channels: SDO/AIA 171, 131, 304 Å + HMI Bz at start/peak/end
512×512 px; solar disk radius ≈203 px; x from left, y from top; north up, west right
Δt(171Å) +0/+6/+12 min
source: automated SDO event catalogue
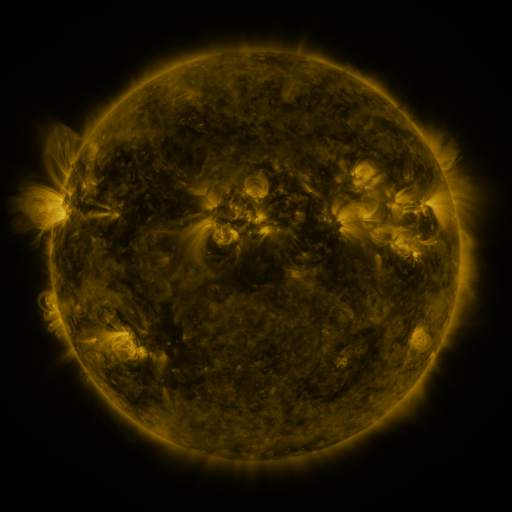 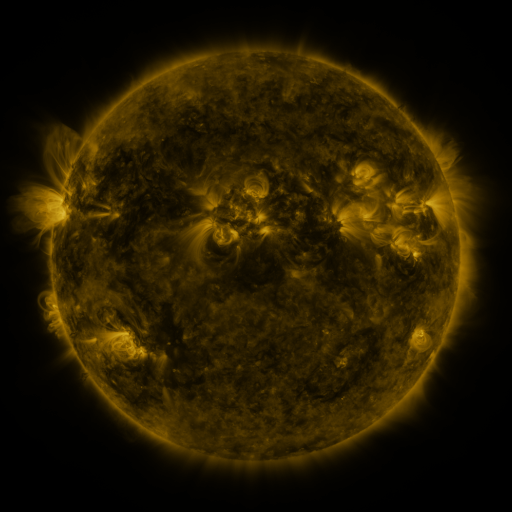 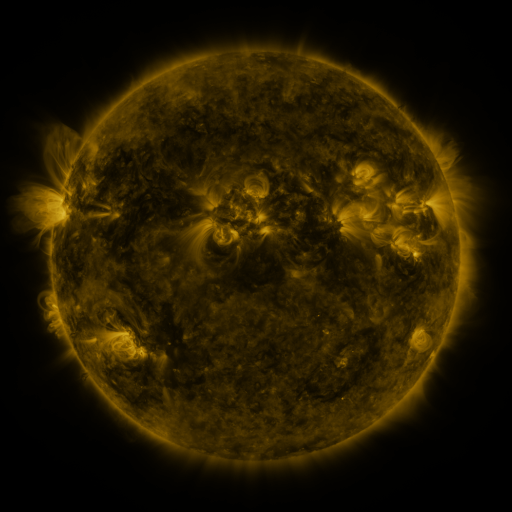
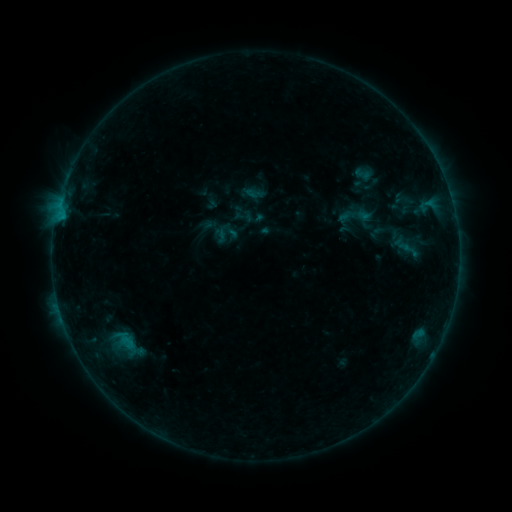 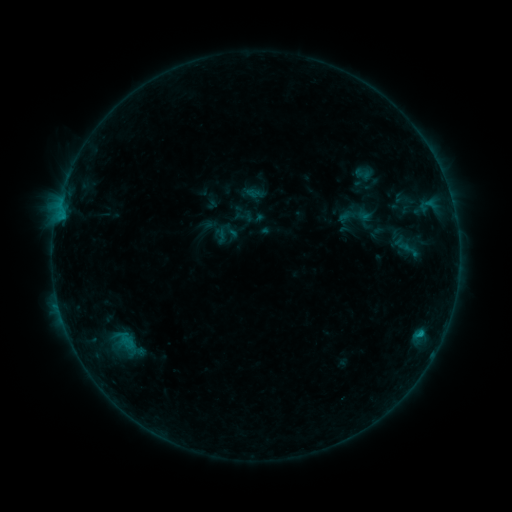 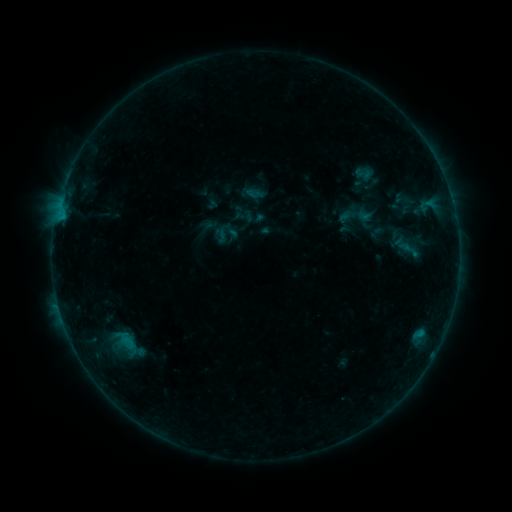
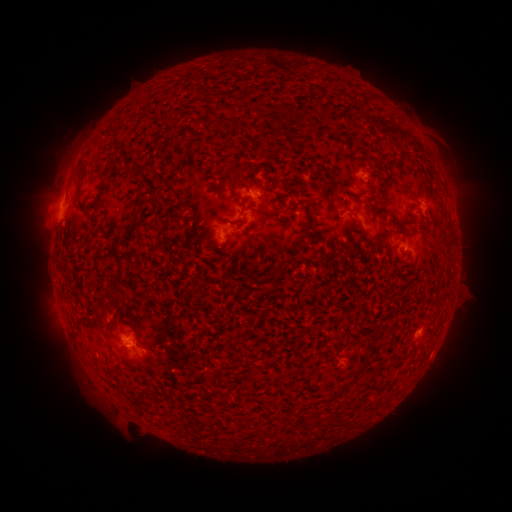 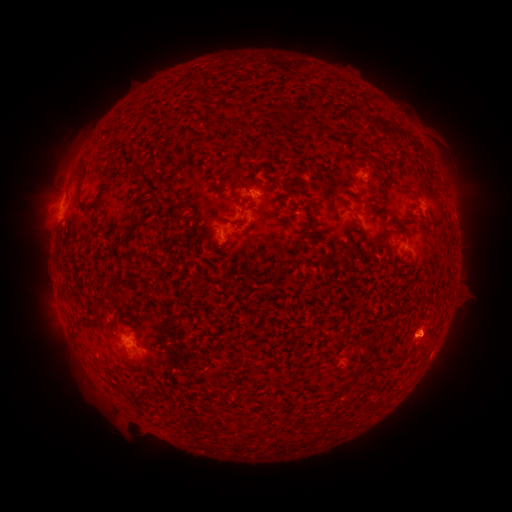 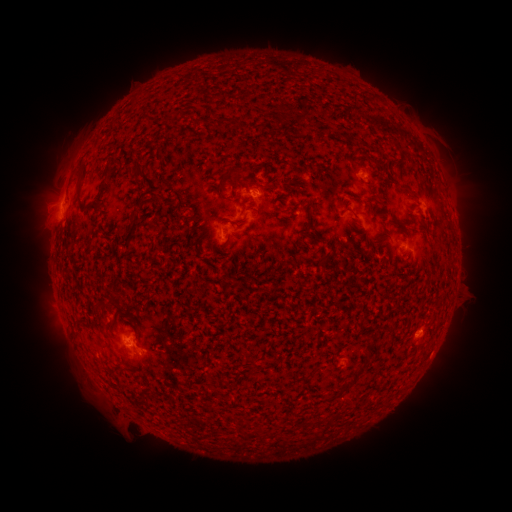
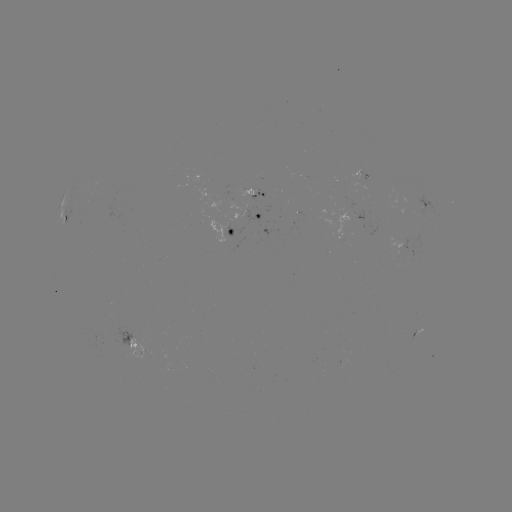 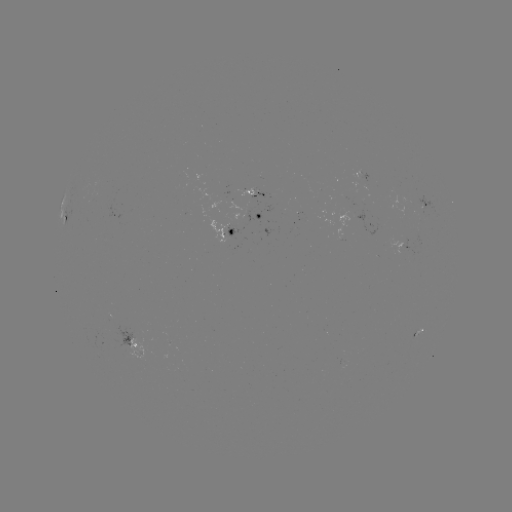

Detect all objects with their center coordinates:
B3.9 flare: (420, 331)
